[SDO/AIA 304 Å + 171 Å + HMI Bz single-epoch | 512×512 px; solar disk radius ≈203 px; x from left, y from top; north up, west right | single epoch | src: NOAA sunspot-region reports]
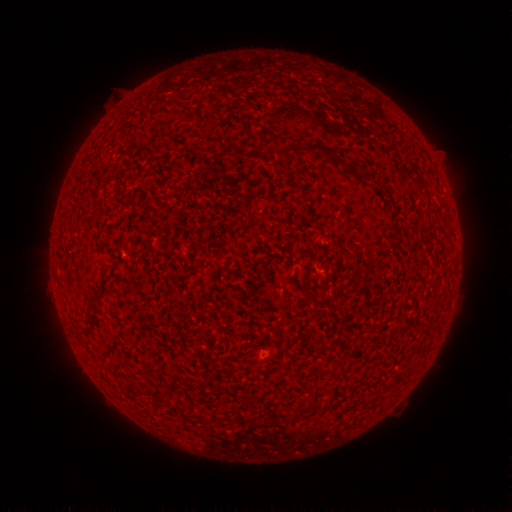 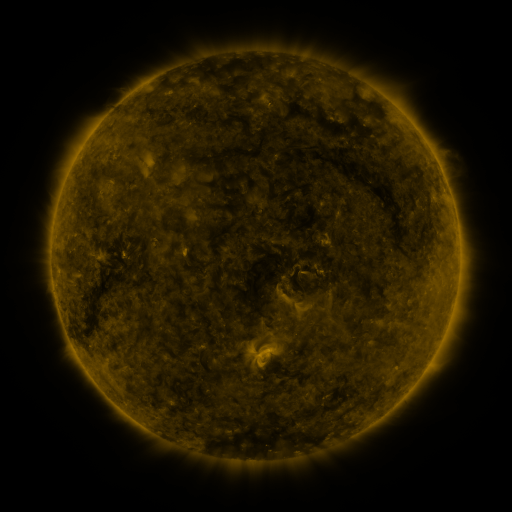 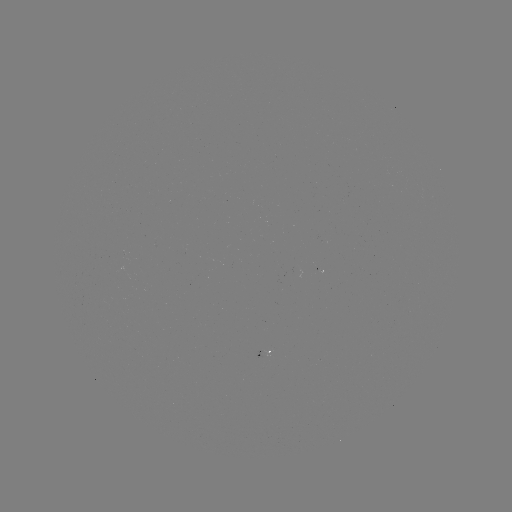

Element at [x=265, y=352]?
spotted active region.